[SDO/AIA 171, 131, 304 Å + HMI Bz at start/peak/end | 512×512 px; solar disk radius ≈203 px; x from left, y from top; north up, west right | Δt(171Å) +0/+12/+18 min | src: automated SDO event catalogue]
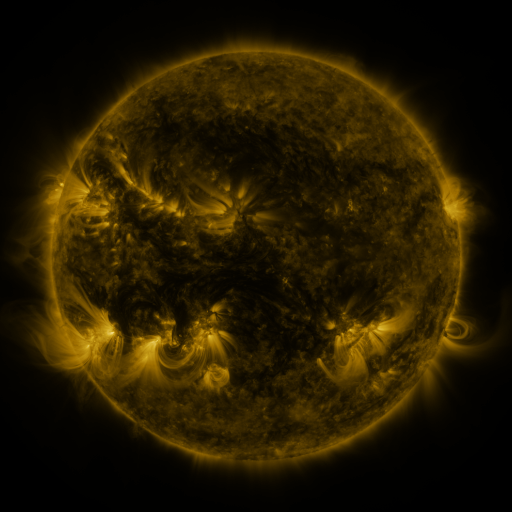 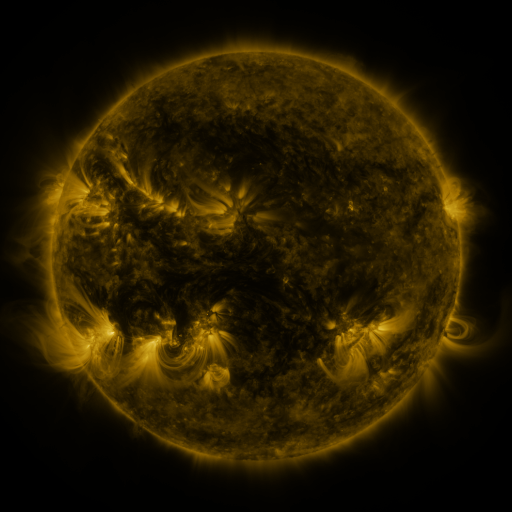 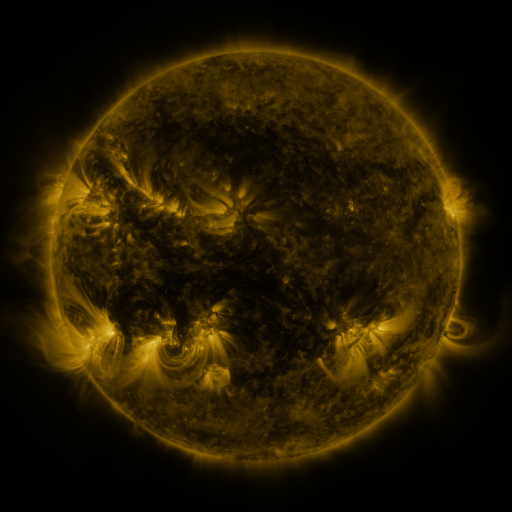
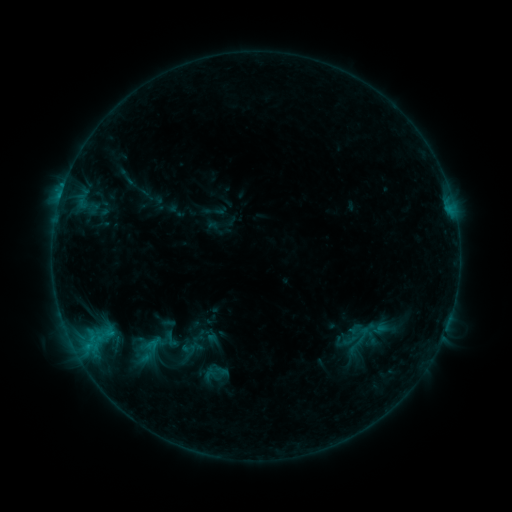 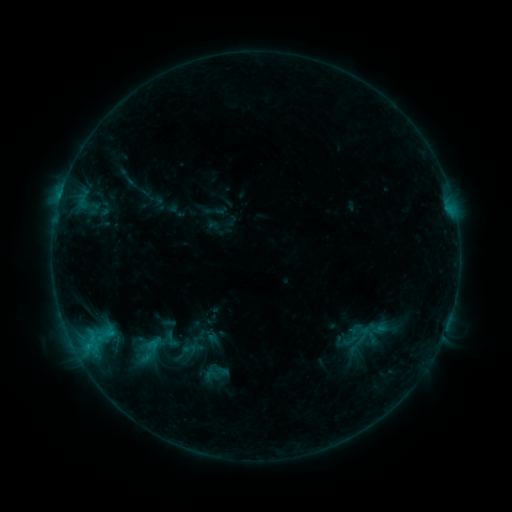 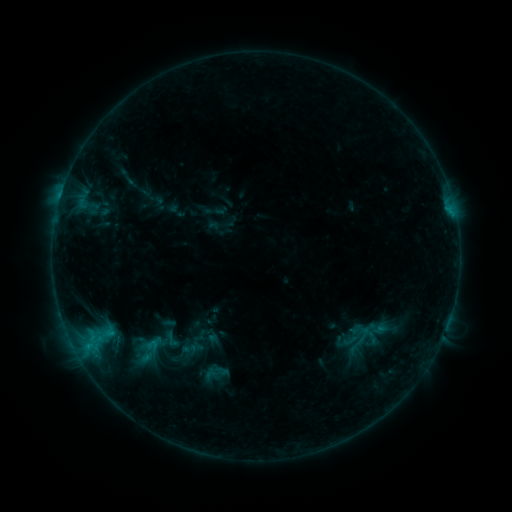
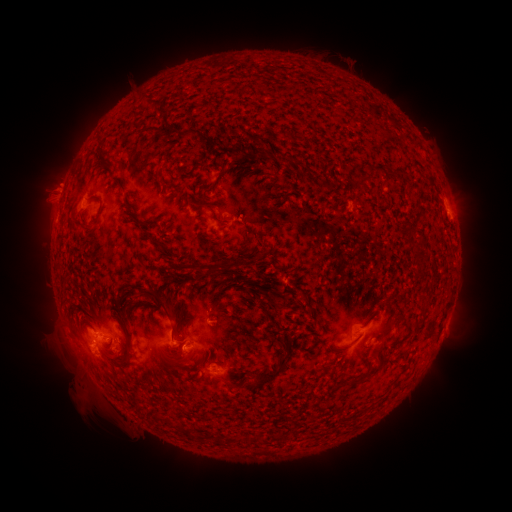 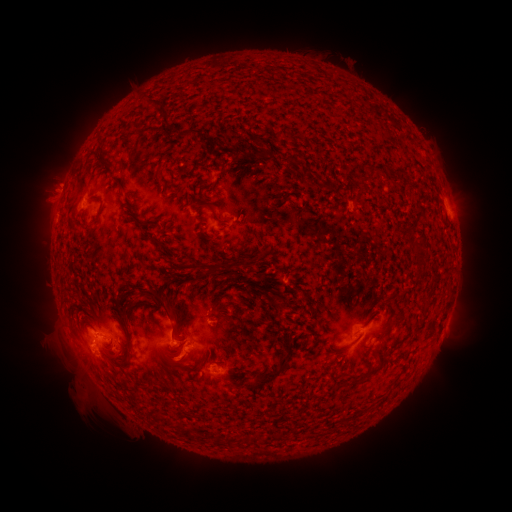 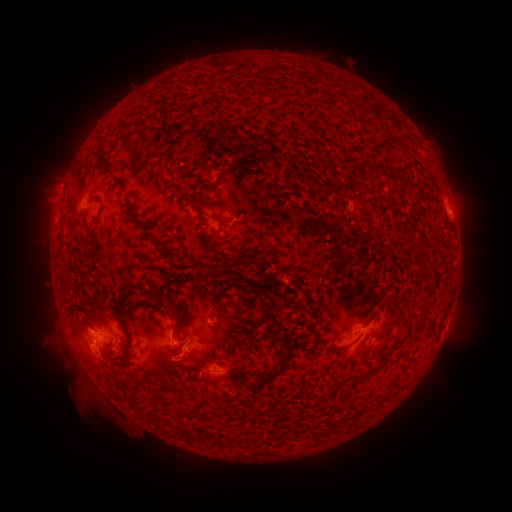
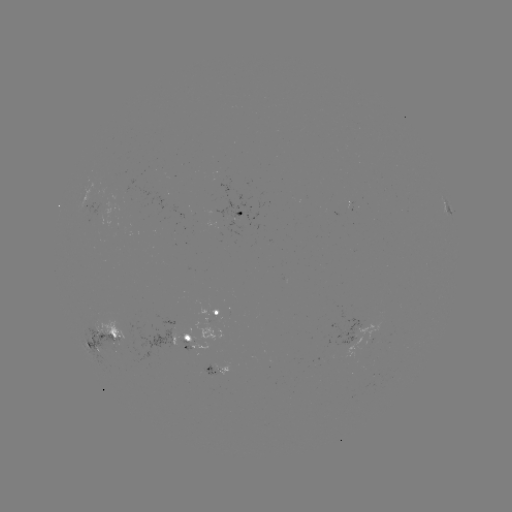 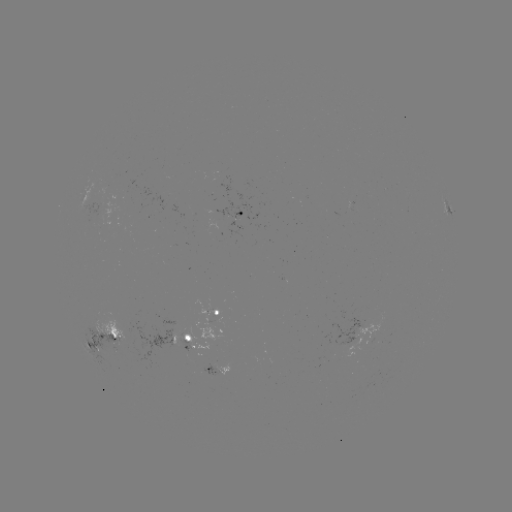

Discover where eruption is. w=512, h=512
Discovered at (176, 366).